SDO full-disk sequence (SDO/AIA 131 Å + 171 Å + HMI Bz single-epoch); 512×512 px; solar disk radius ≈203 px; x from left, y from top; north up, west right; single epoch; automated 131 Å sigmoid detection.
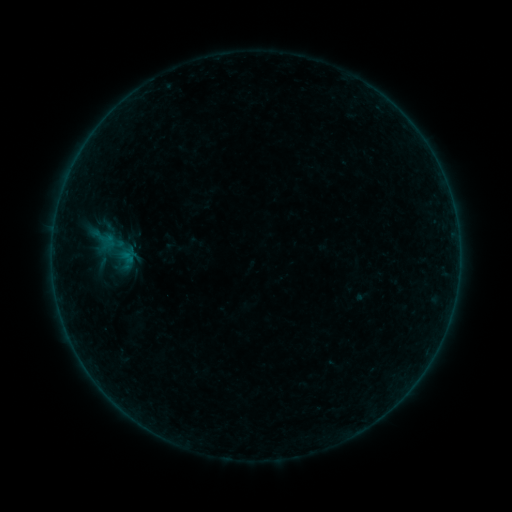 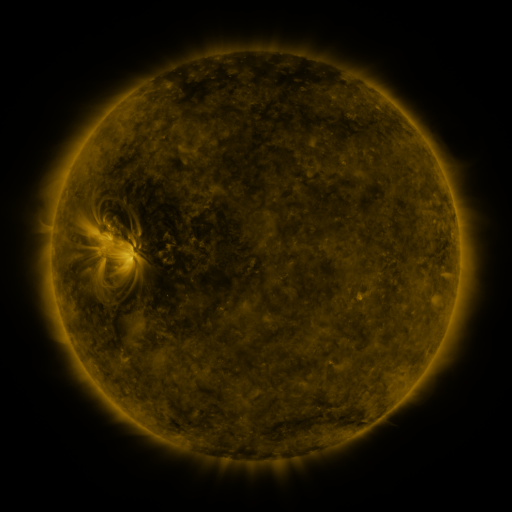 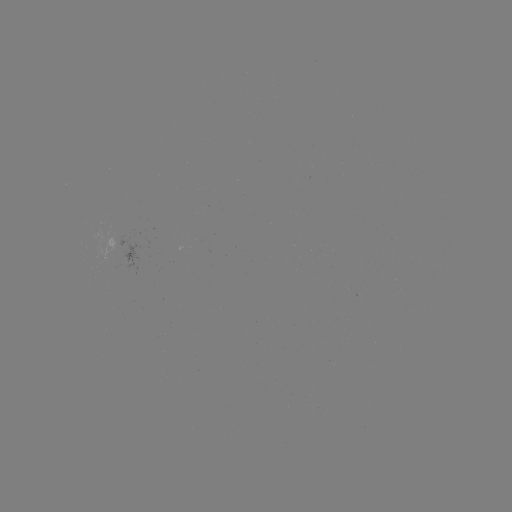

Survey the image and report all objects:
sigmoid: (114, 240)
